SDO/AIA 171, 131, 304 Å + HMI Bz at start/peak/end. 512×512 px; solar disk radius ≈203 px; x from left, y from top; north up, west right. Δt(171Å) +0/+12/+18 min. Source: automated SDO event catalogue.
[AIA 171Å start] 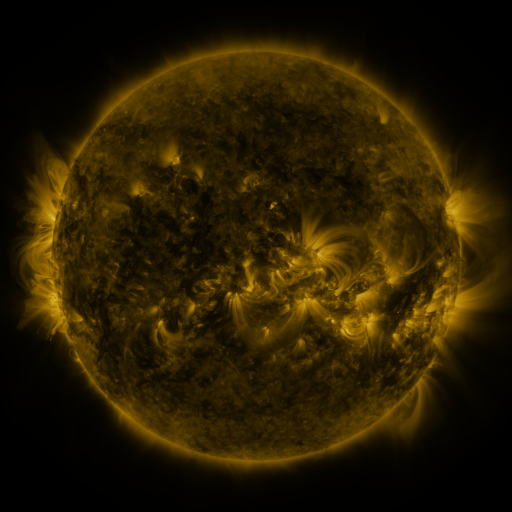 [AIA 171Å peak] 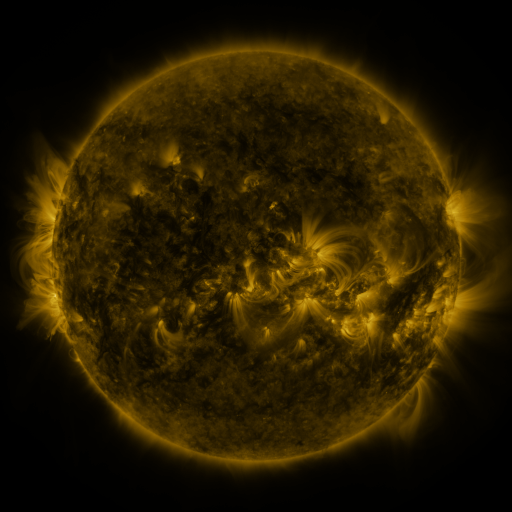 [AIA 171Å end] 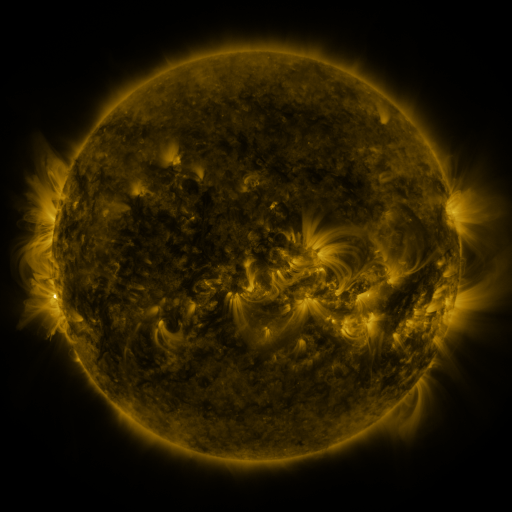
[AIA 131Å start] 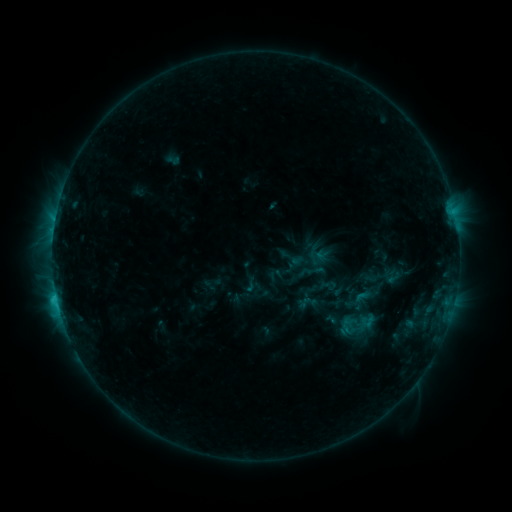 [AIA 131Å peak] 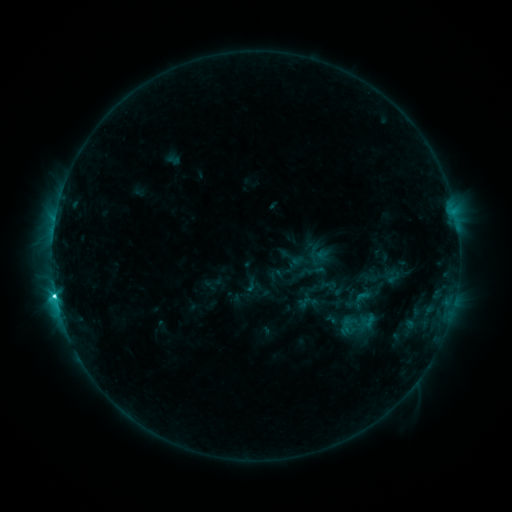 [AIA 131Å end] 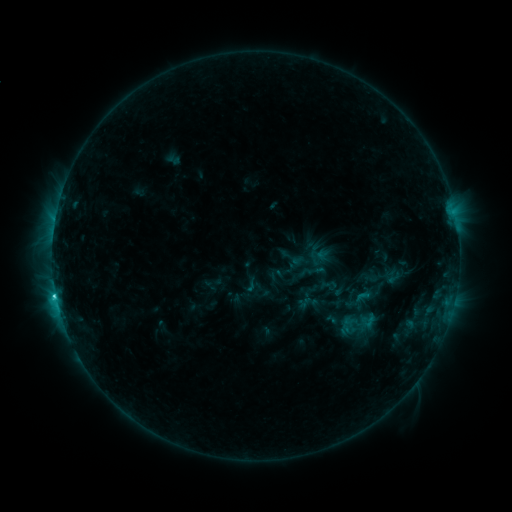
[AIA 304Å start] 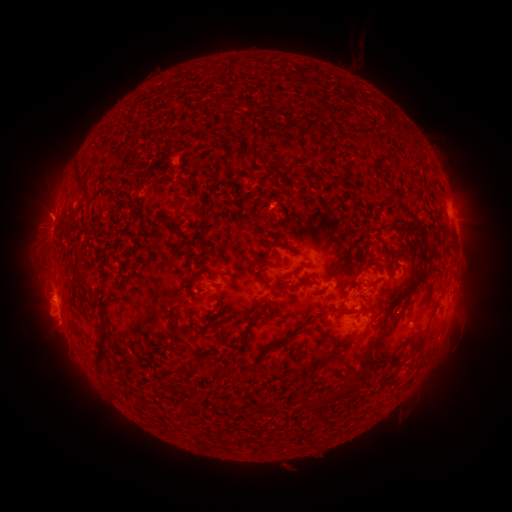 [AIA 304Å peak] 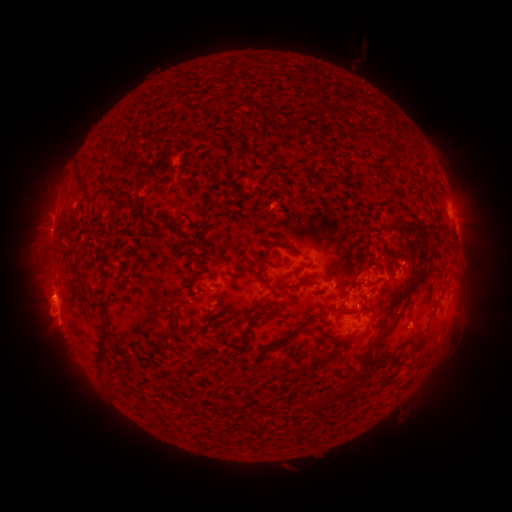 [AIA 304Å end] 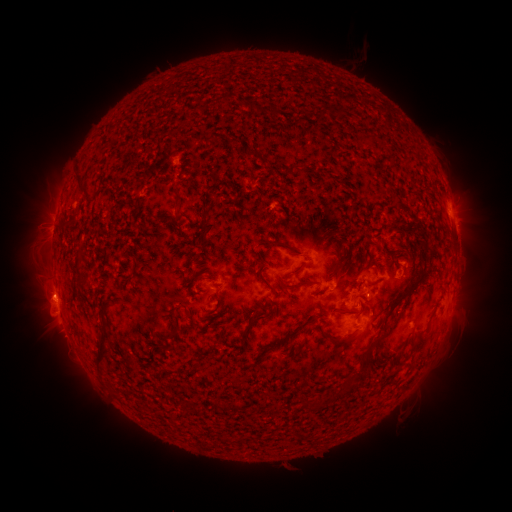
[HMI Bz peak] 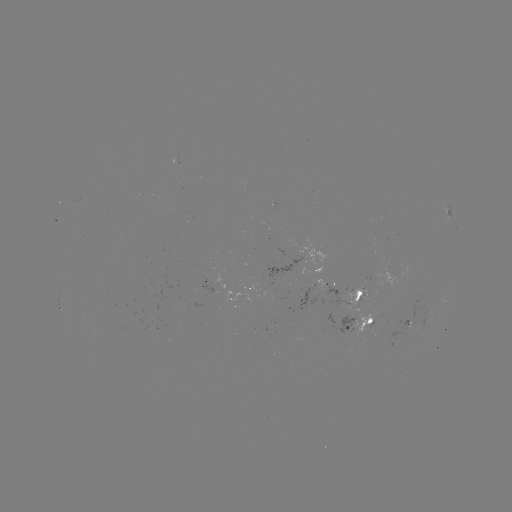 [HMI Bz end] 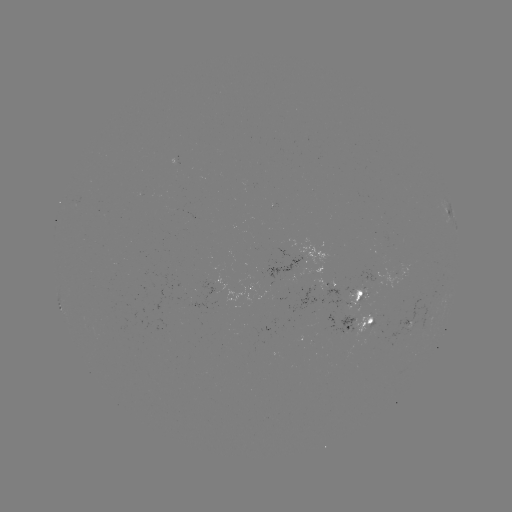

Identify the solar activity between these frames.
C3.3 flare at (56, 294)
